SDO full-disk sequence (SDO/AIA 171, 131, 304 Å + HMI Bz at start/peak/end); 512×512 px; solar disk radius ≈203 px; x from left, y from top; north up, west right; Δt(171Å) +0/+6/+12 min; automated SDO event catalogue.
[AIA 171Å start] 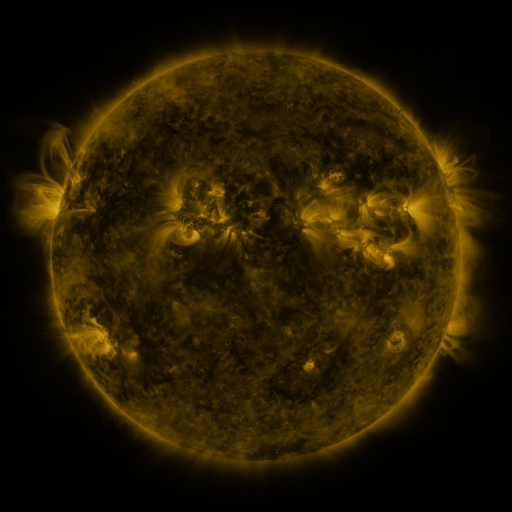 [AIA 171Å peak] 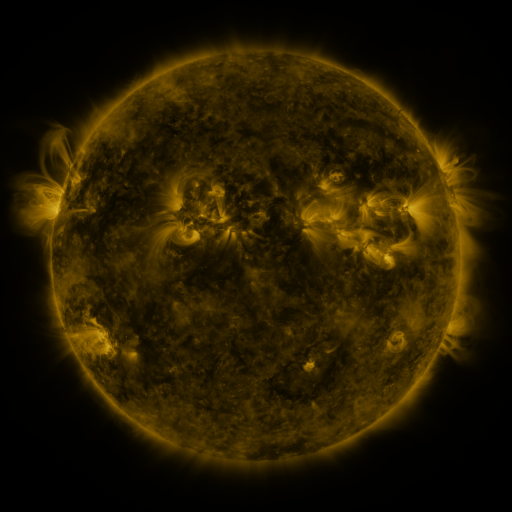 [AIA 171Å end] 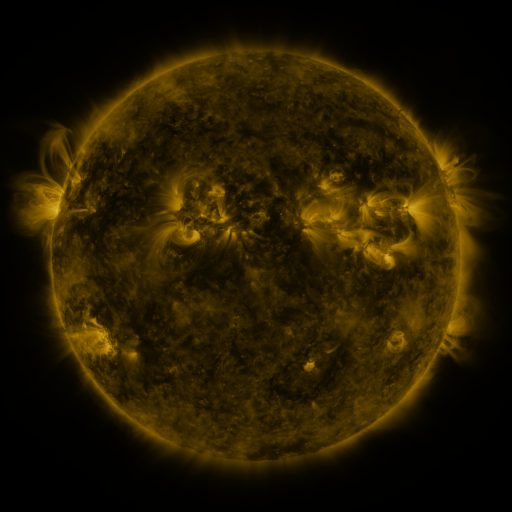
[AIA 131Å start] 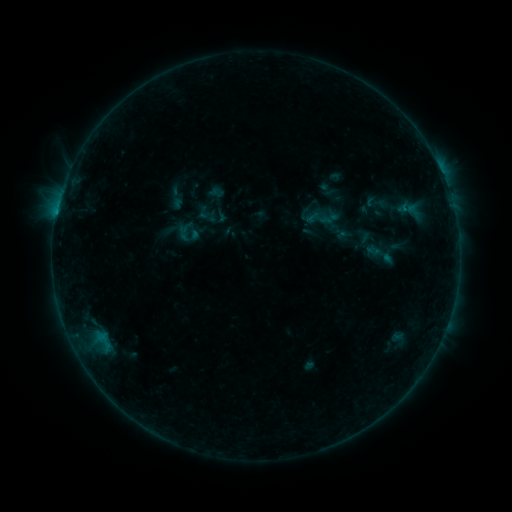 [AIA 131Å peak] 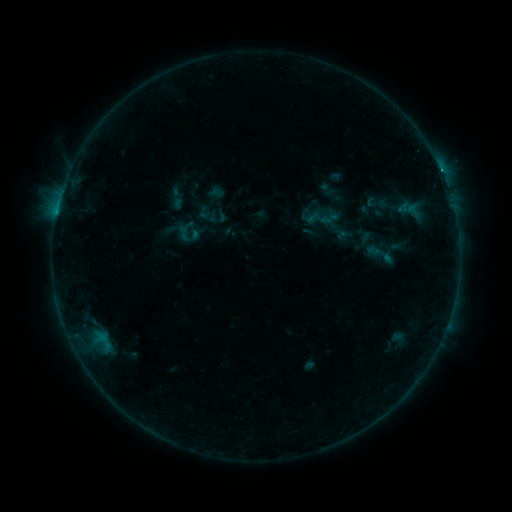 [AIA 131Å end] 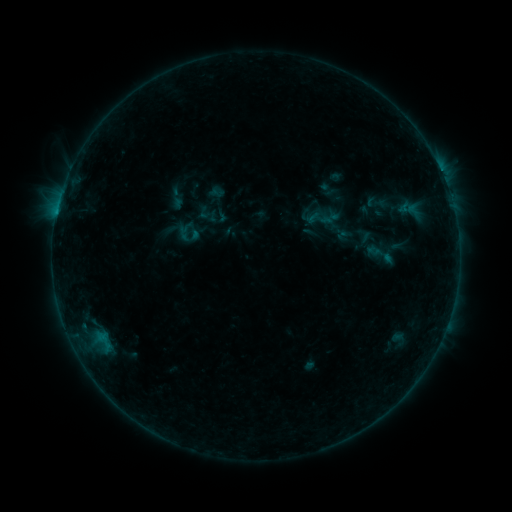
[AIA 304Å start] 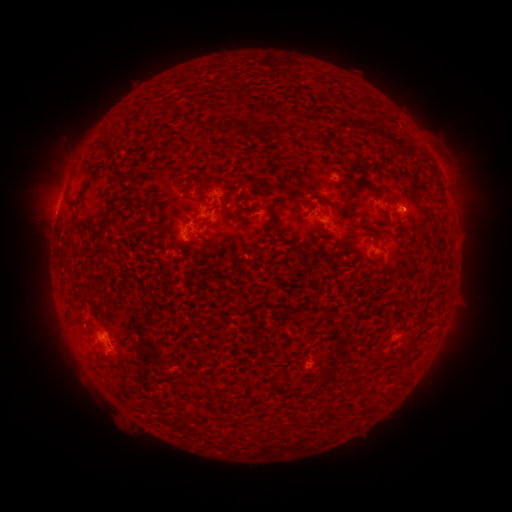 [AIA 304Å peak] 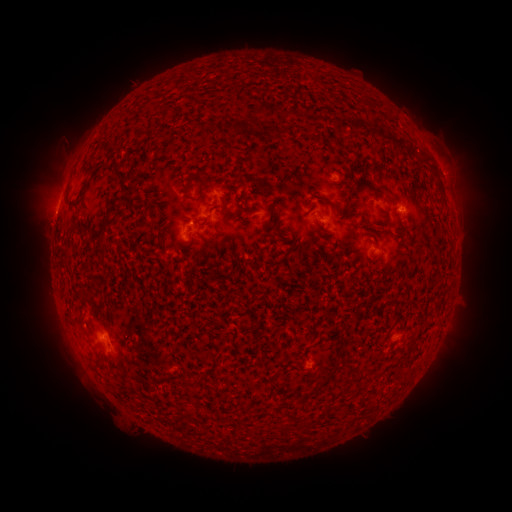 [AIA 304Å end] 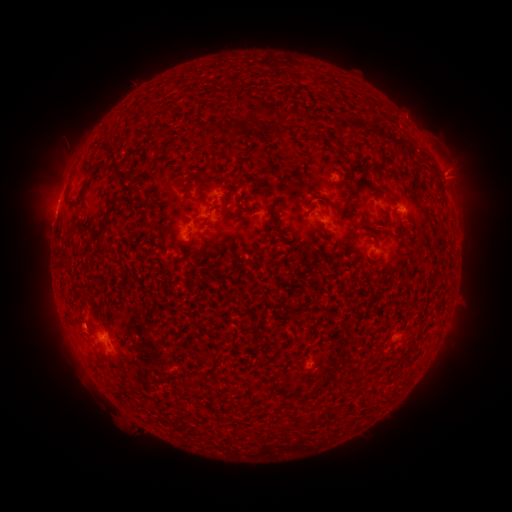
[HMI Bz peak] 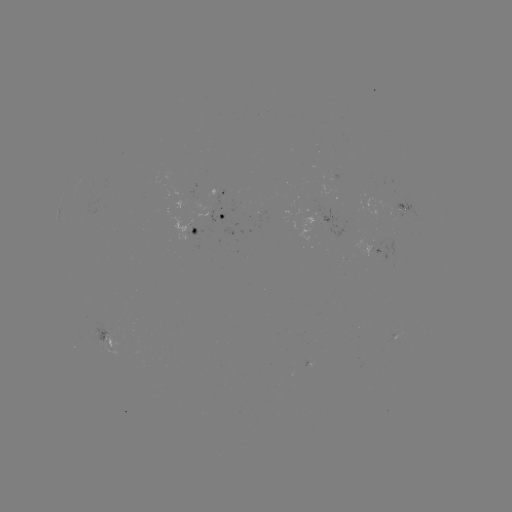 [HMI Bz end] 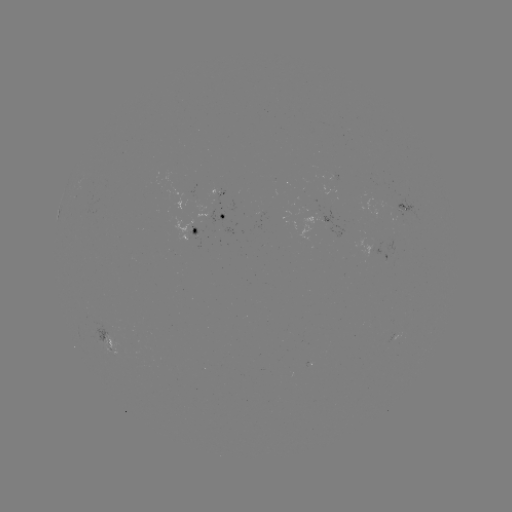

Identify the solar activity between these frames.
B5.6 flare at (405, 212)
